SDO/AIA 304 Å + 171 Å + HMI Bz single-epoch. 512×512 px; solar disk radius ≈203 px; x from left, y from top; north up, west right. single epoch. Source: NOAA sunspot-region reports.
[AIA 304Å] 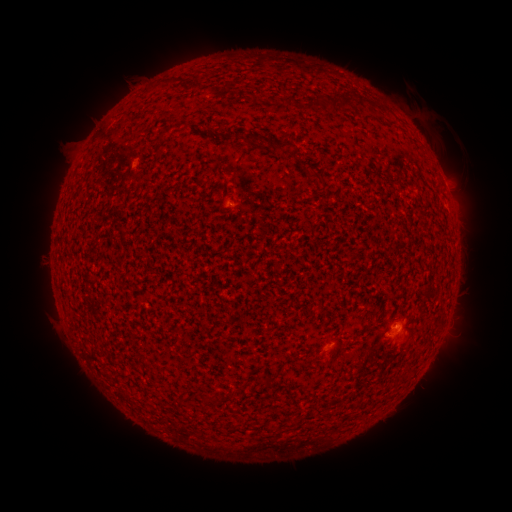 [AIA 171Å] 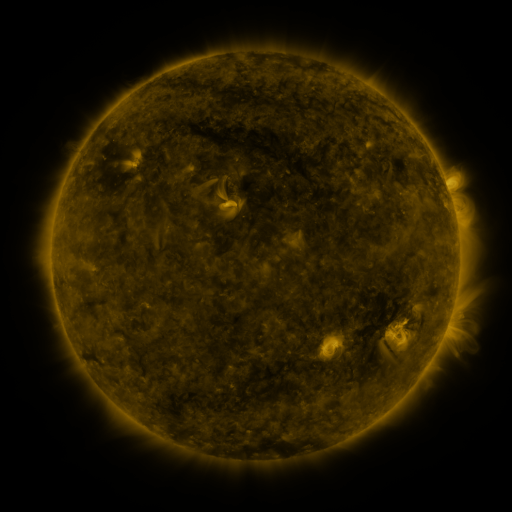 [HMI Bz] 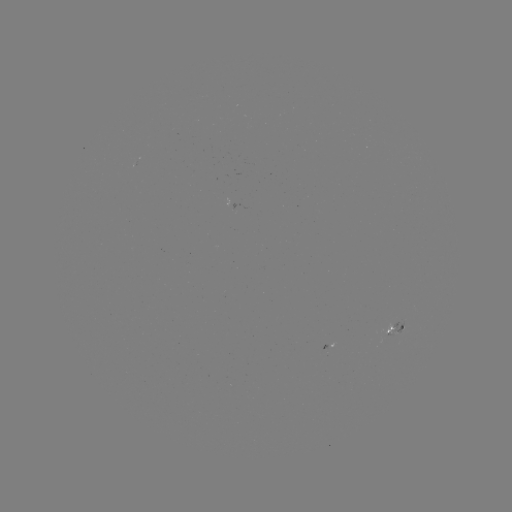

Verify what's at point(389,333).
spotted active region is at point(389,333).